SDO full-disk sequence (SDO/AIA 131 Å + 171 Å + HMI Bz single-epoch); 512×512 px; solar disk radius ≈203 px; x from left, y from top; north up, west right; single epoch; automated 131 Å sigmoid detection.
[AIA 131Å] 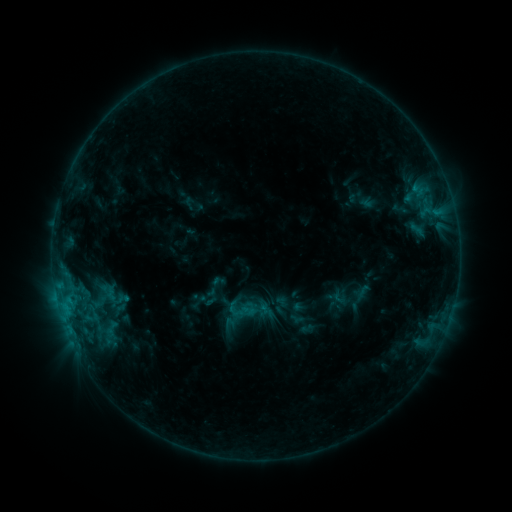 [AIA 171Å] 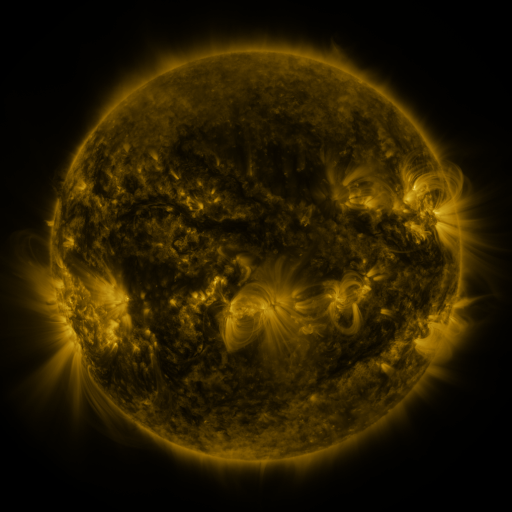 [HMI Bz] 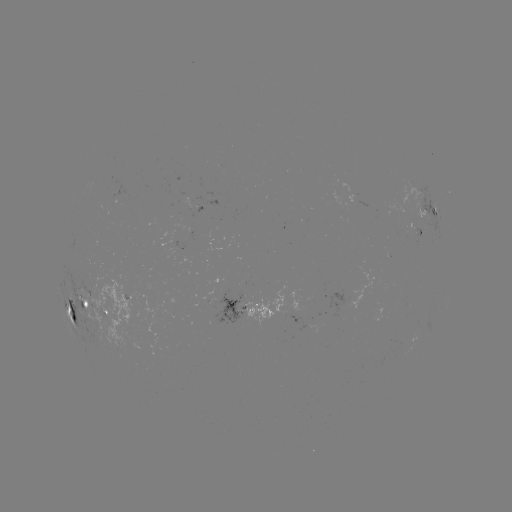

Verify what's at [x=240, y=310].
sigmoid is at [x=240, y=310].